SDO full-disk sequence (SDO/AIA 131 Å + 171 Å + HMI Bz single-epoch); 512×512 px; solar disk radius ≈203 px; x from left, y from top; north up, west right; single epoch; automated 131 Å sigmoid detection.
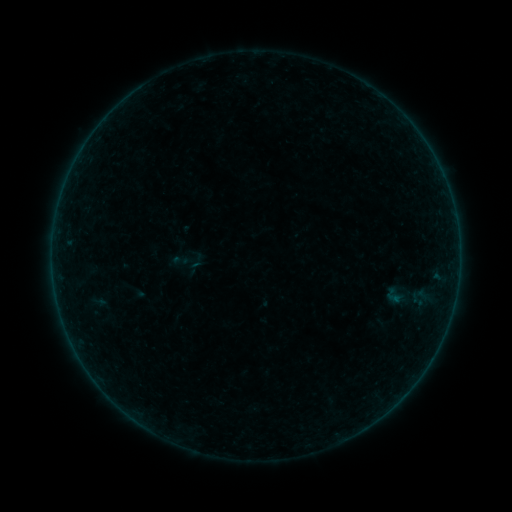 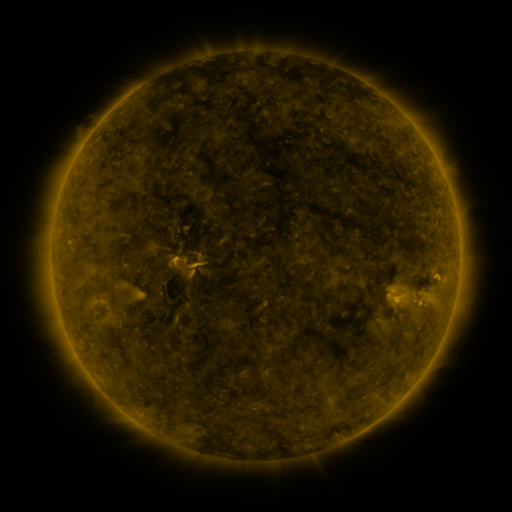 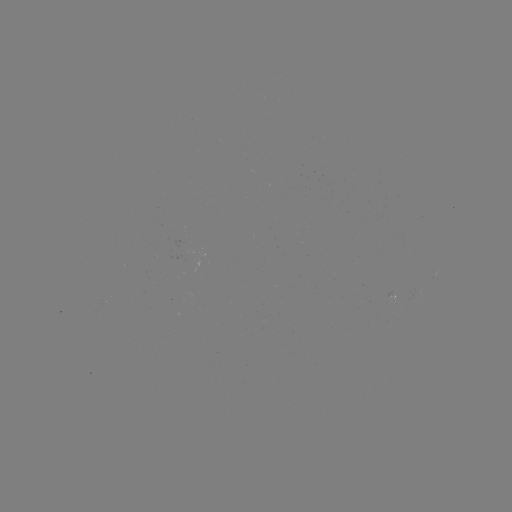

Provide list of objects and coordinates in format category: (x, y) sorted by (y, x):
sigmoid: (180, 260)
